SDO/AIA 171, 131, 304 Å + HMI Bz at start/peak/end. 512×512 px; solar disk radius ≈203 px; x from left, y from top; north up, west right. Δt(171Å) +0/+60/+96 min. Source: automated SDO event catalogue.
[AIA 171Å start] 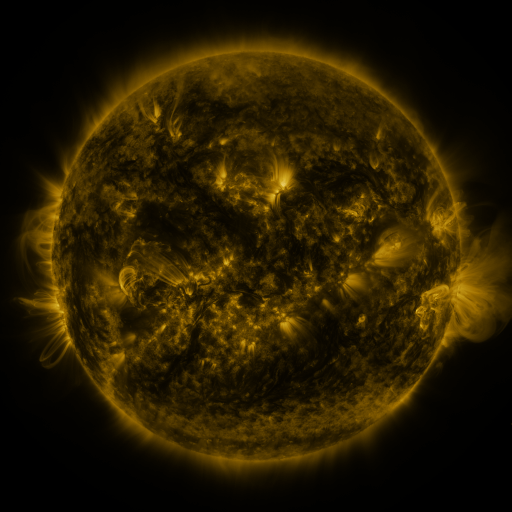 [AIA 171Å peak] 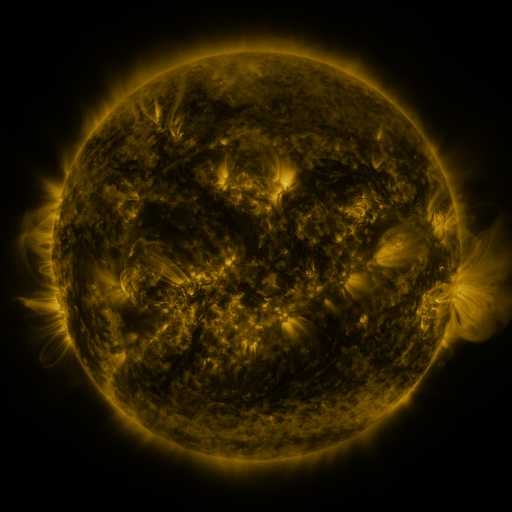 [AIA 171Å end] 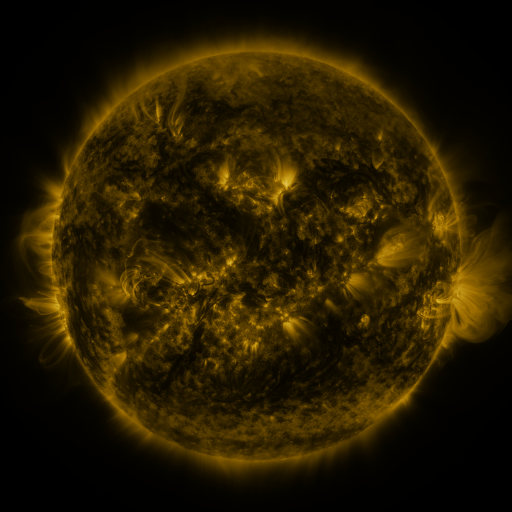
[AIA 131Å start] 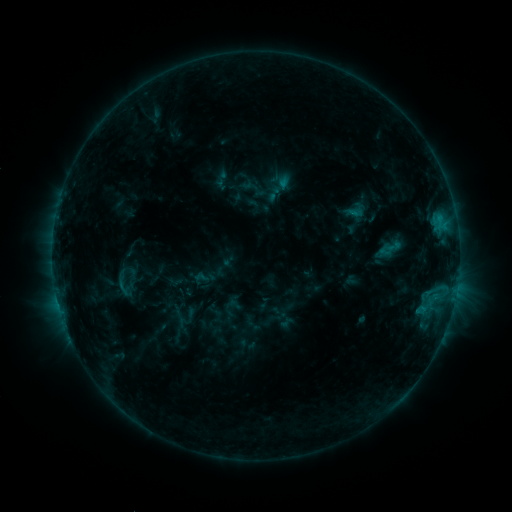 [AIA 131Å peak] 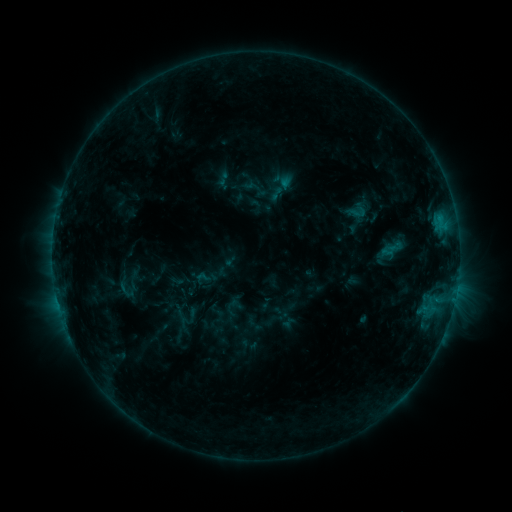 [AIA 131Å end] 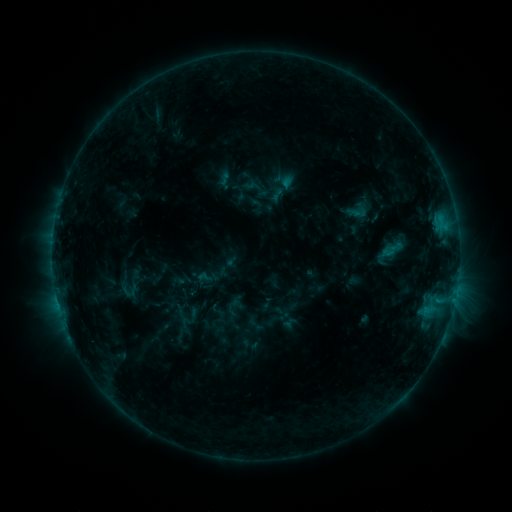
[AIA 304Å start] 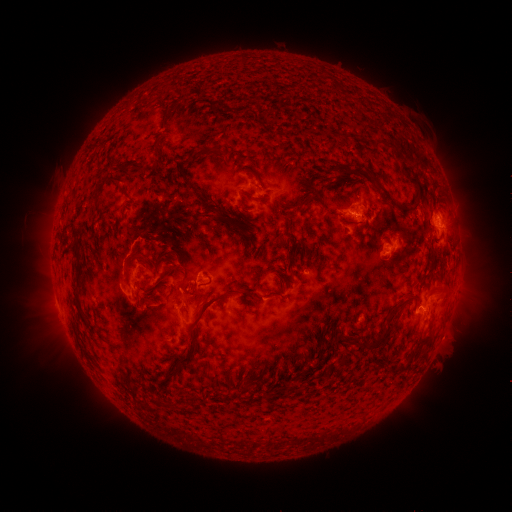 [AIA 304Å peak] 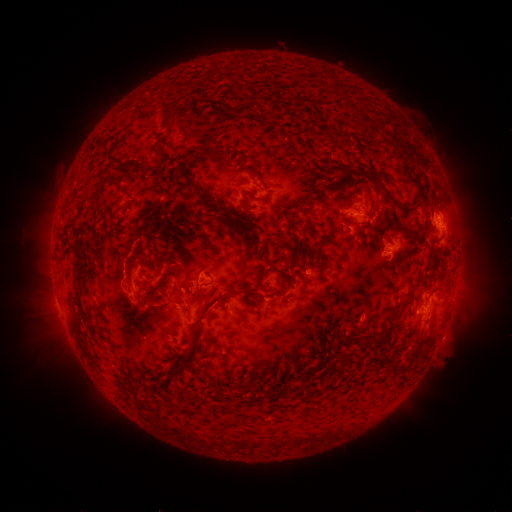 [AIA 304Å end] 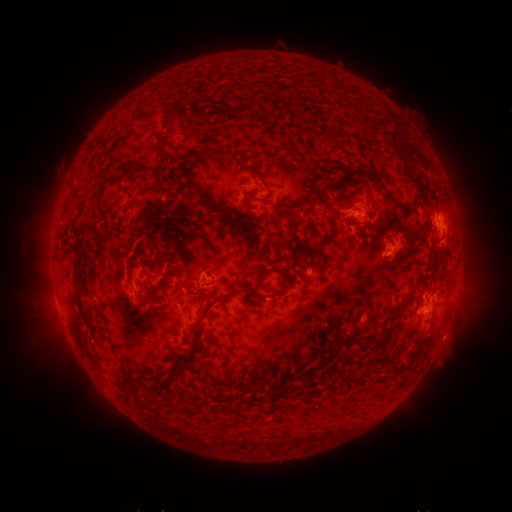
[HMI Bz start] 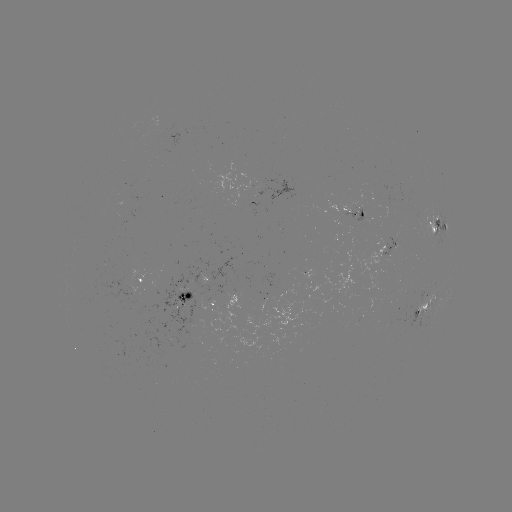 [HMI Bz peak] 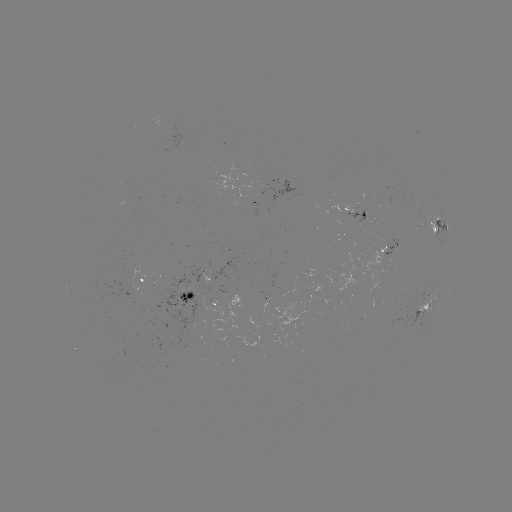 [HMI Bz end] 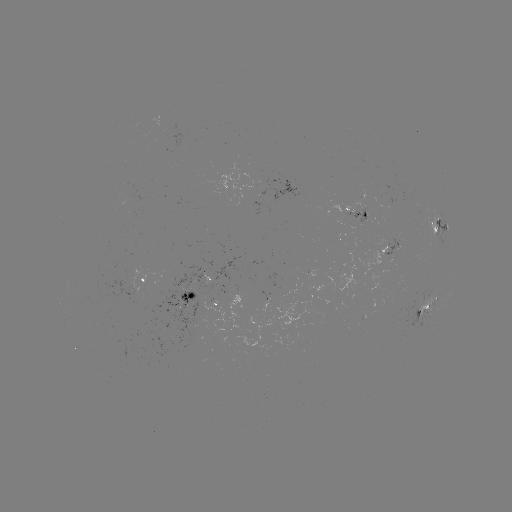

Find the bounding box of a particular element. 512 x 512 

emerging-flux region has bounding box [162, 338, 177, 347].